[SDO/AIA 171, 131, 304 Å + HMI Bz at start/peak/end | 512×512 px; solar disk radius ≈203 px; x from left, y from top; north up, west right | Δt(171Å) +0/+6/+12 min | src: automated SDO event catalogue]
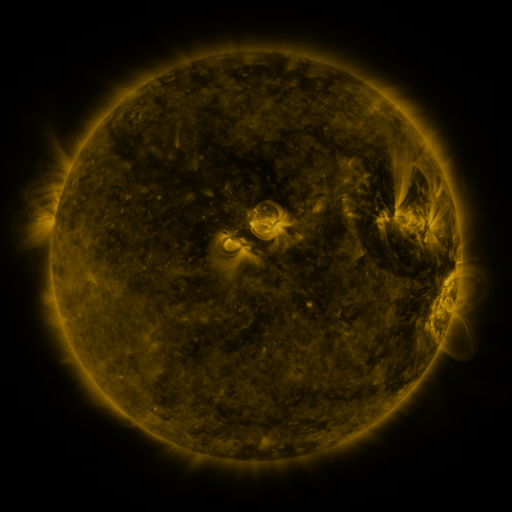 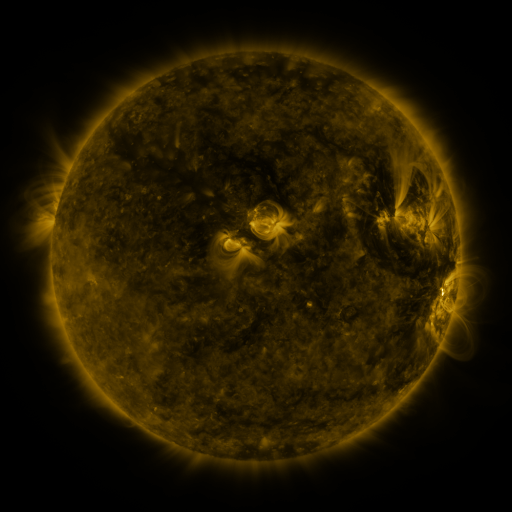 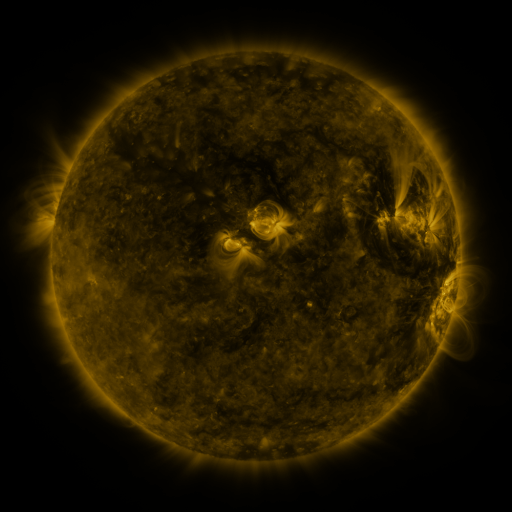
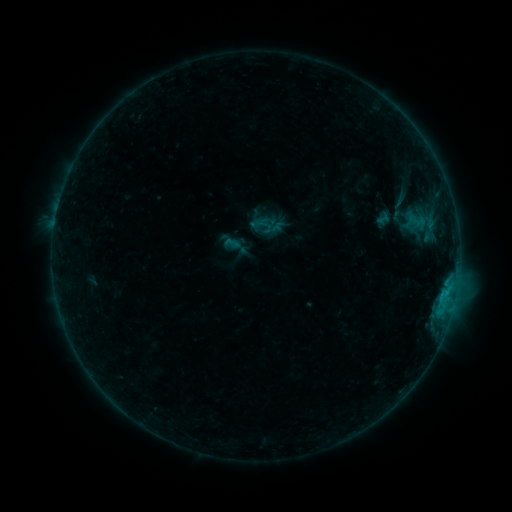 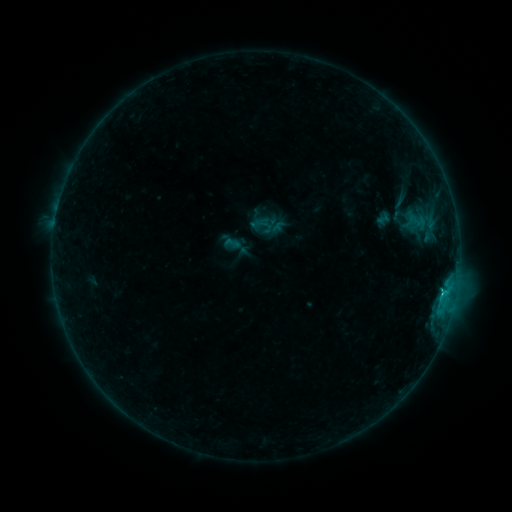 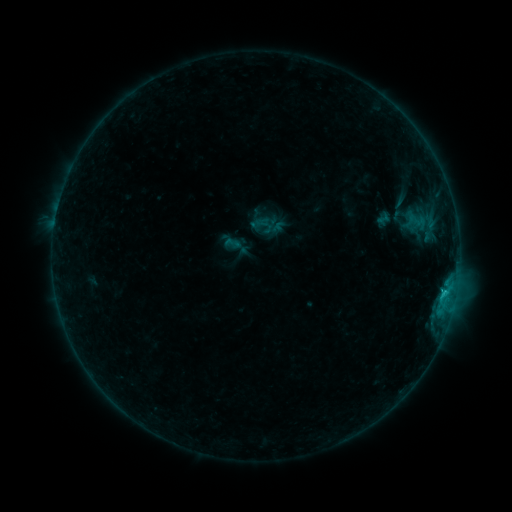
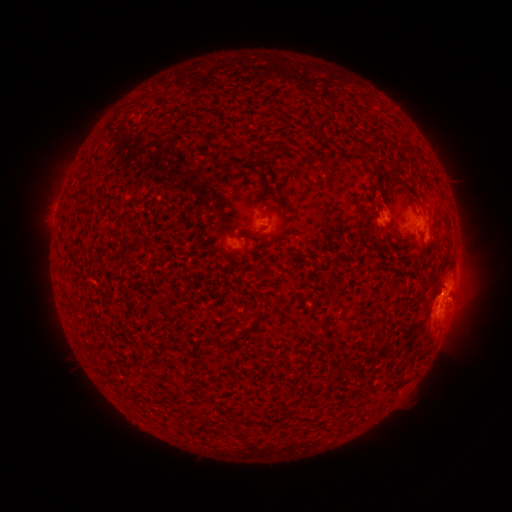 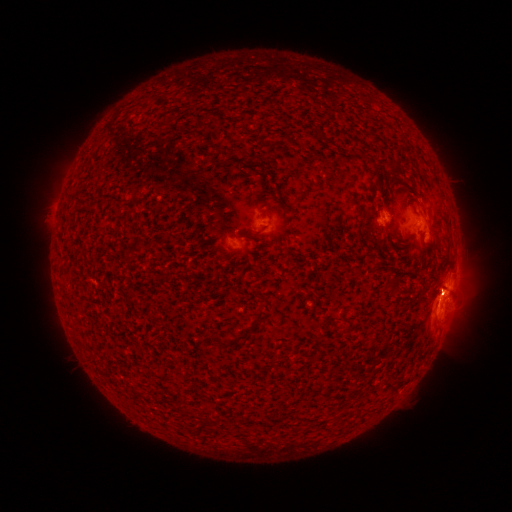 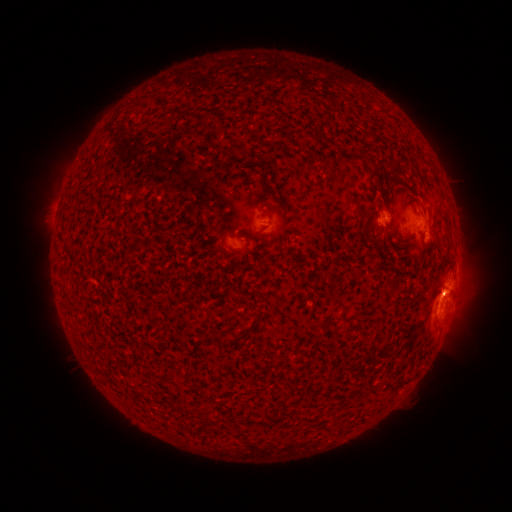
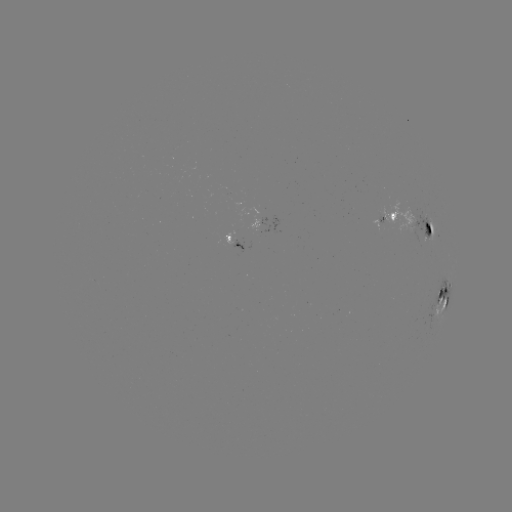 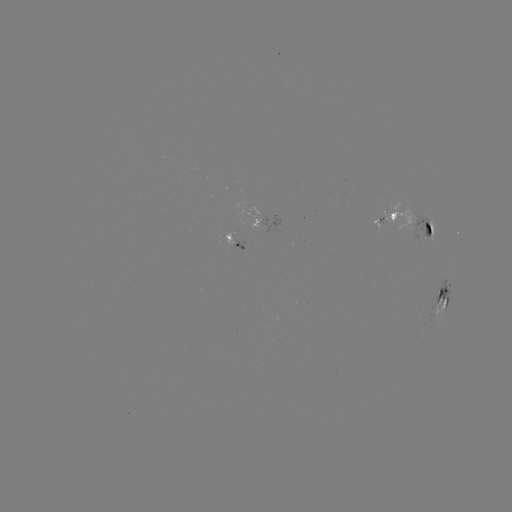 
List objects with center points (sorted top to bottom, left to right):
C2.0 flare: (443, 290)
